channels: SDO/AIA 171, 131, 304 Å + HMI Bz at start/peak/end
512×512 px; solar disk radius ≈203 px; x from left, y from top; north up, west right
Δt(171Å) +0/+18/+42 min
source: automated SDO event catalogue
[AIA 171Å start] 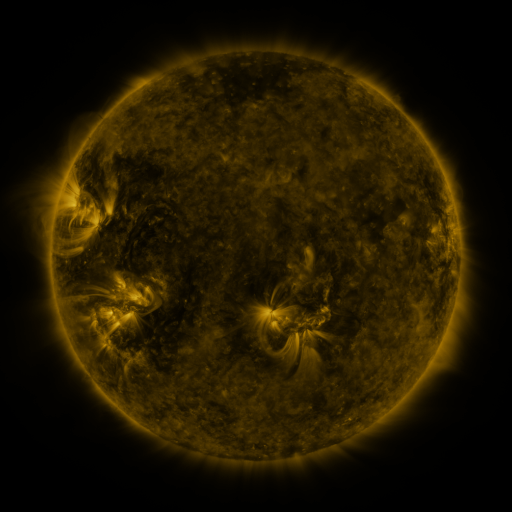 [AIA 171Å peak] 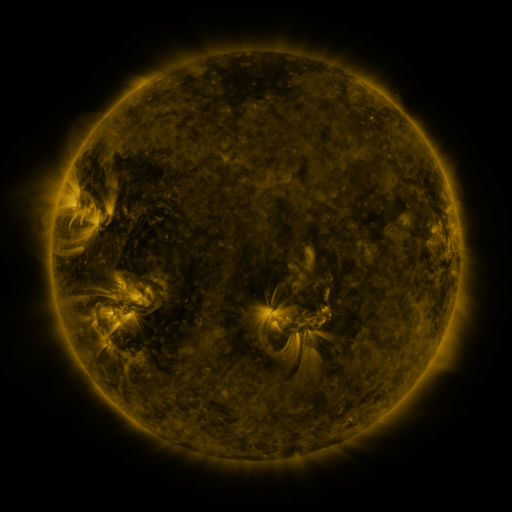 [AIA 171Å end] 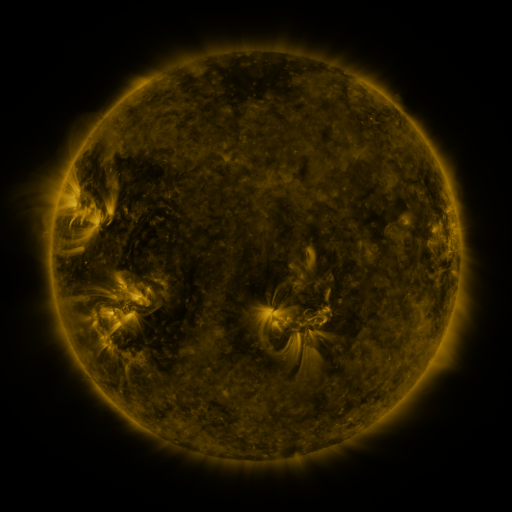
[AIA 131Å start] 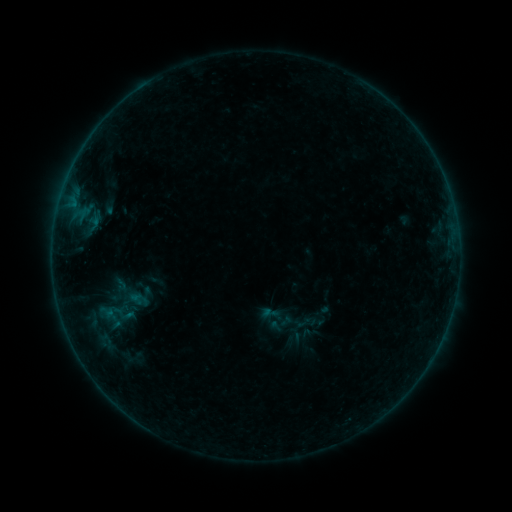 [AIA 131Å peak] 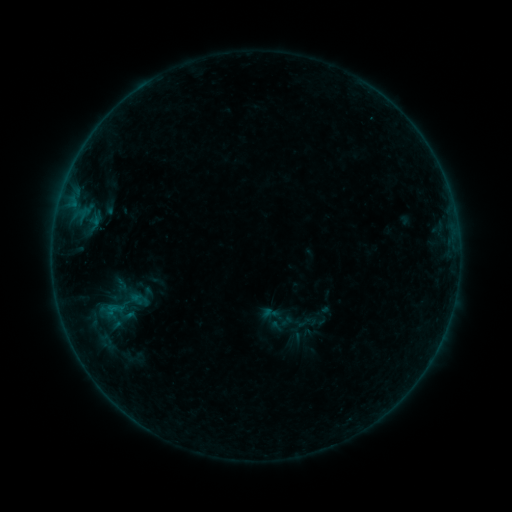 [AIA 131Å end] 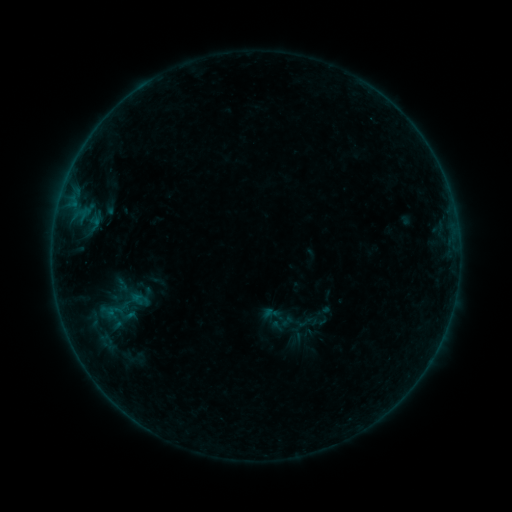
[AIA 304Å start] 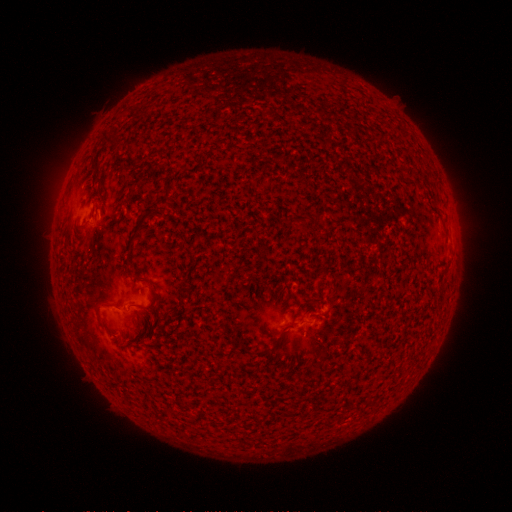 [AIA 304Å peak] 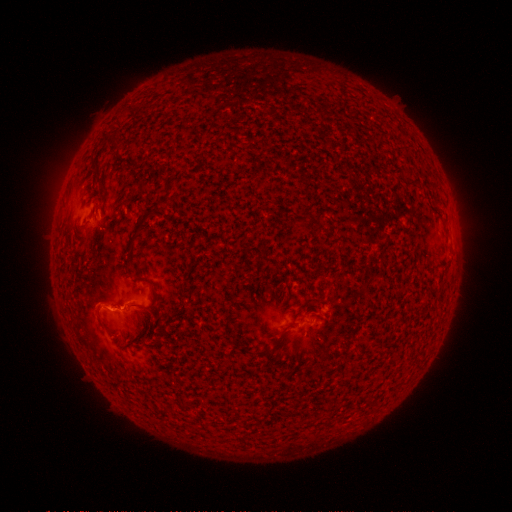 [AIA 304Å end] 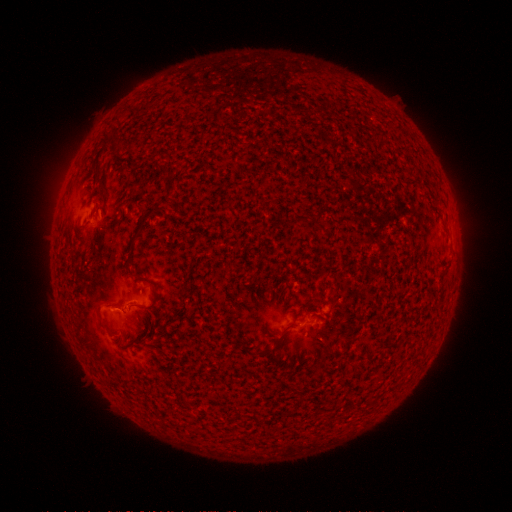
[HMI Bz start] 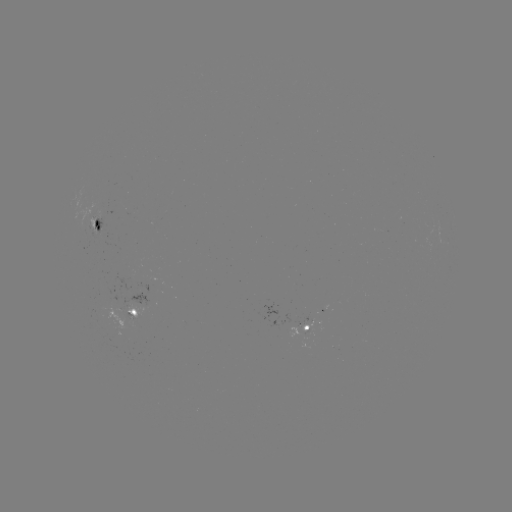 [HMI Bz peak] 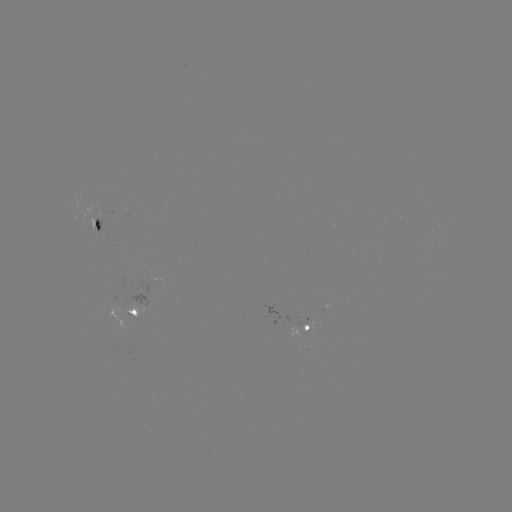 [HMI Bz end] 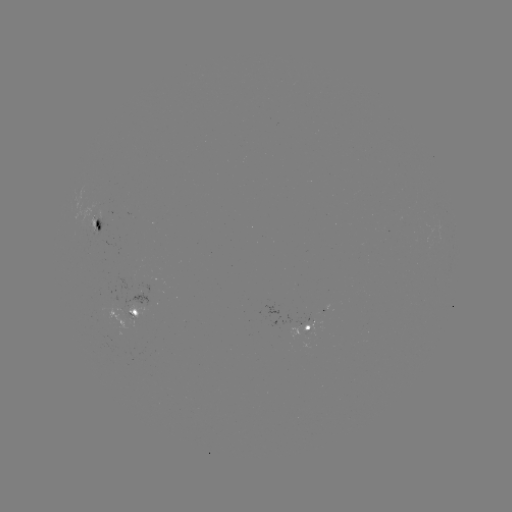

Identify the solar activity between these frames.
B2.4 flare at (113, 304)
